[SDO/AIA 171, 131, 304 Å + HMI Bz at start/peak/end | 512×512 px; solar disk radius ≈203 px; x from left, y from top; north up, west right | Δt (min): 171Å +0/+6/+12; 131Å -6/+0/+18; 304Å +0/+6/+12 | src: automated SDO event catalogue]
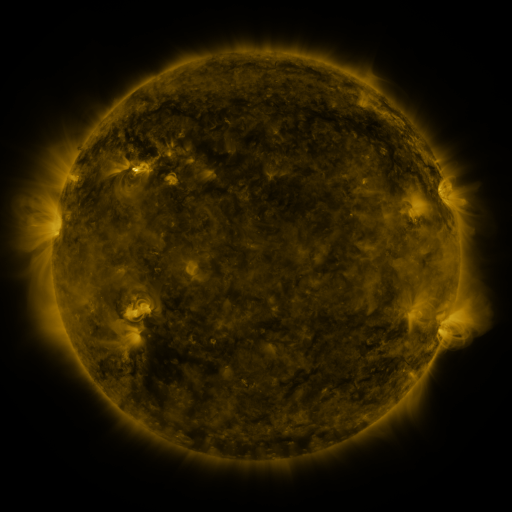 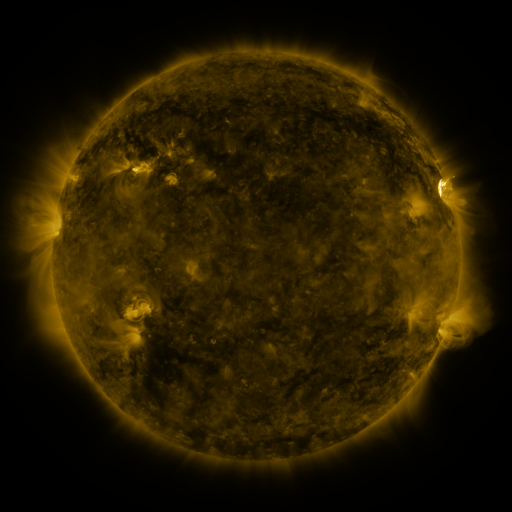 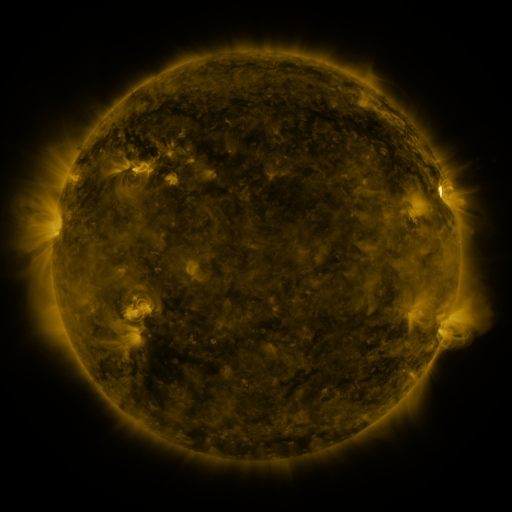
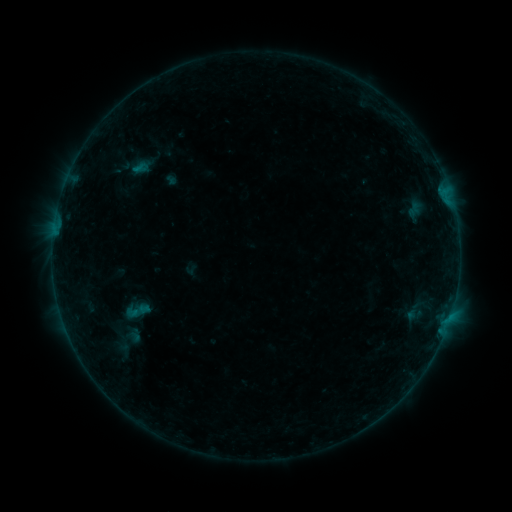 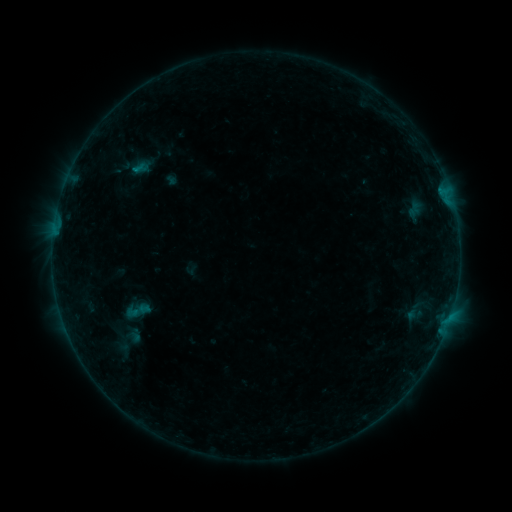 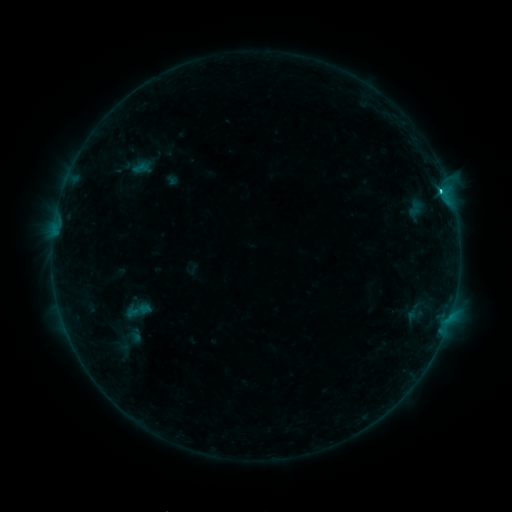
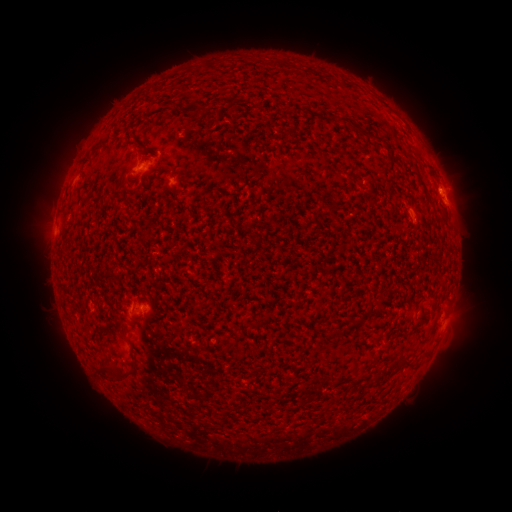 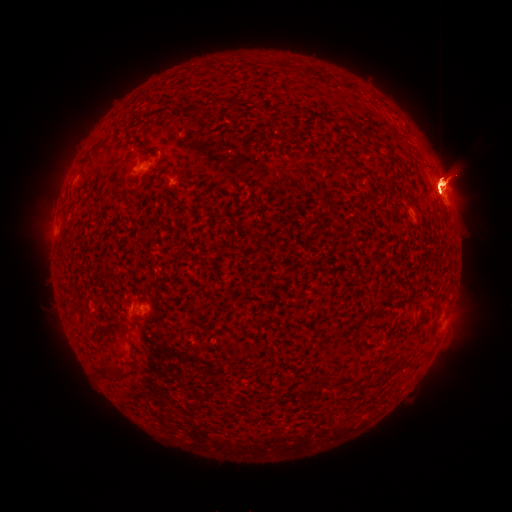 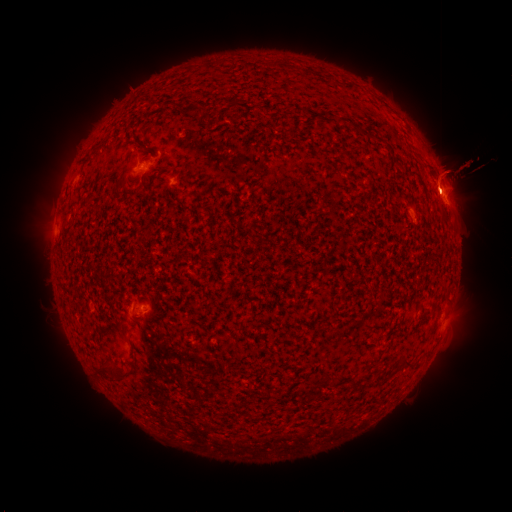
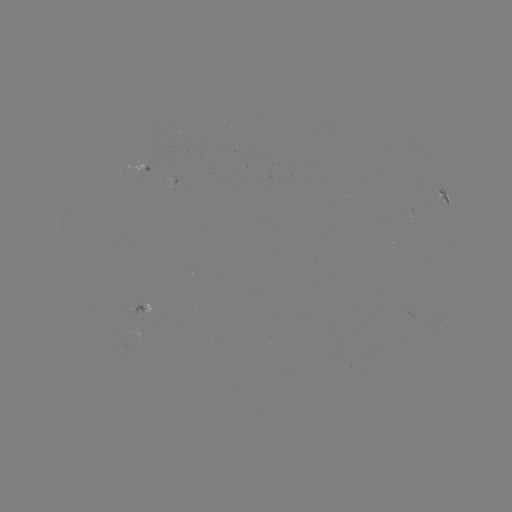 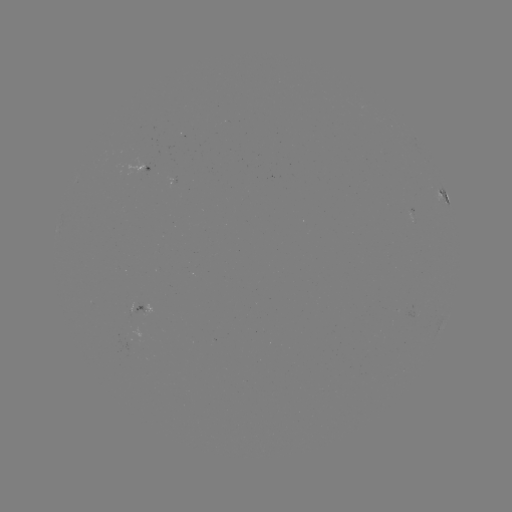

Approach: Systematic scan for M1.9 flare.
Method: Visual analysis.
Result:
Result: M1.9 flare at [439, 192].